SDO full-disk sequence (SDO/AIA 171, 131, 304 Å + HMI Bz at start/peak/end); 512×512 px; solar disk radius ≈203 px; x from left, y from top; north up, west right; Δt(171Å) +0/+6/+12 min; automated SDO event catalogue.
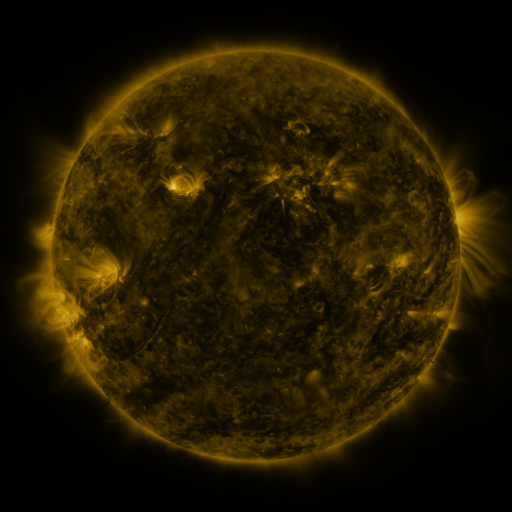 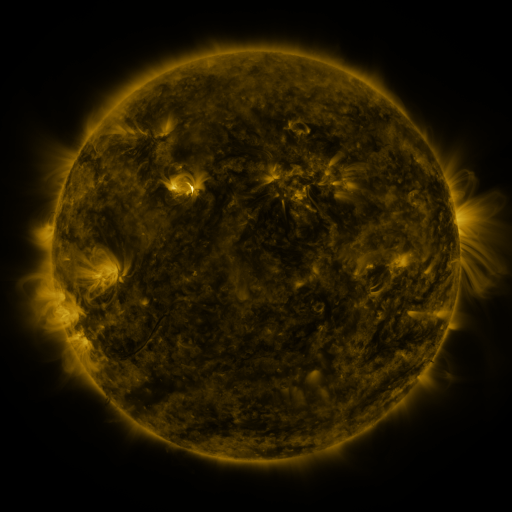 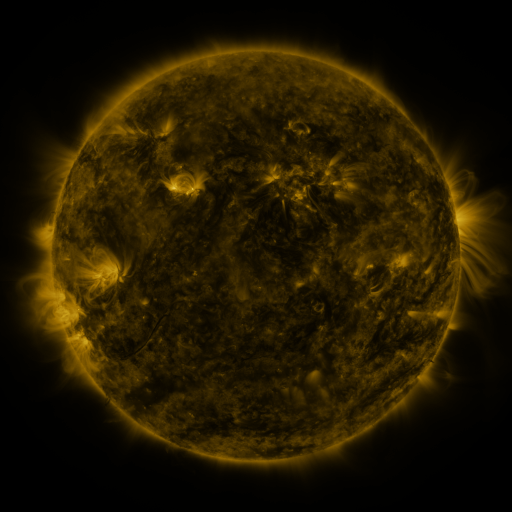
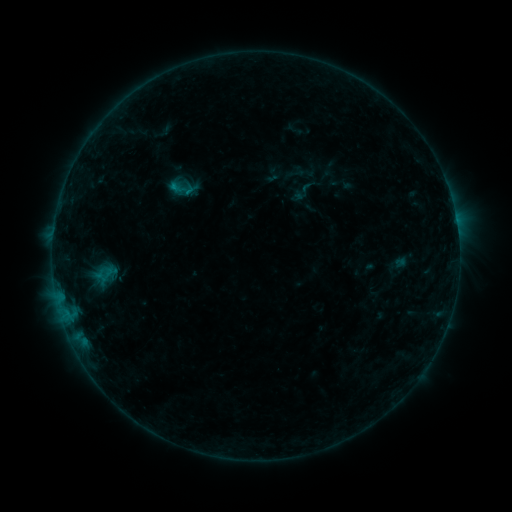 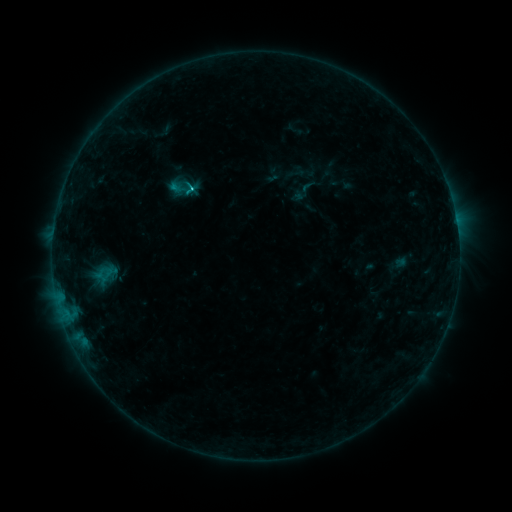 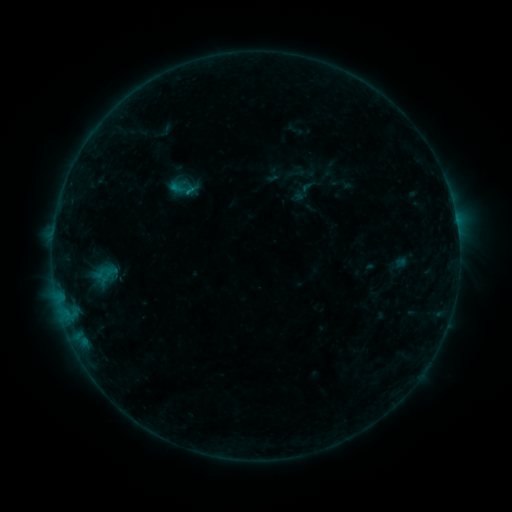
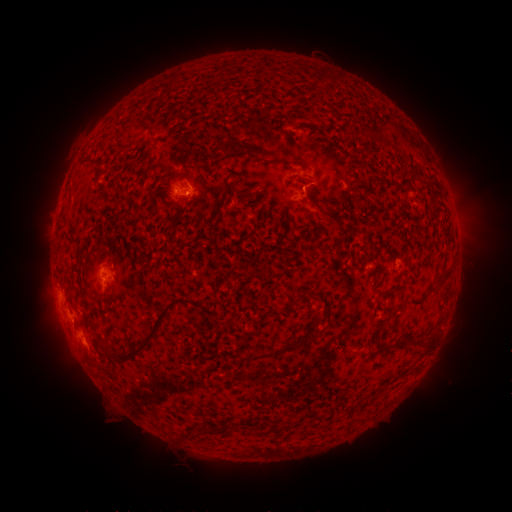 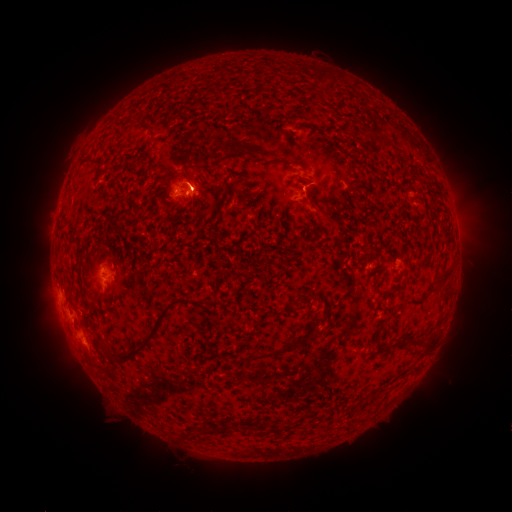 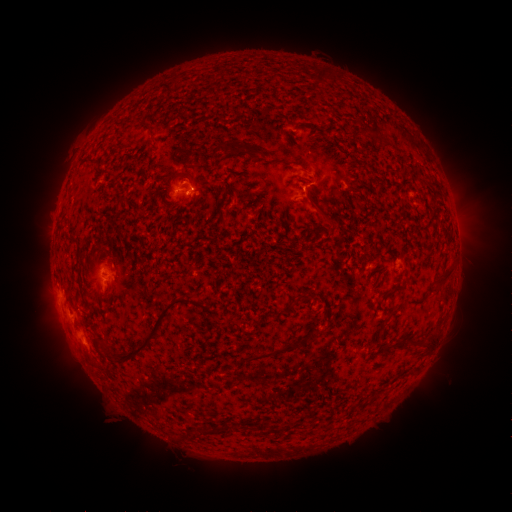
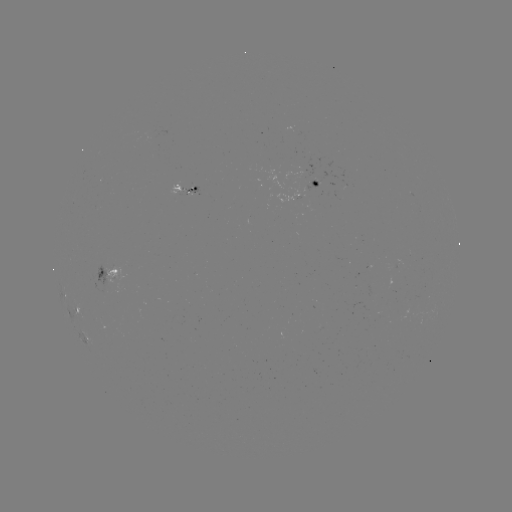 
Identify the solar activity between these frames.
C1.0 flare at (191, 191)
